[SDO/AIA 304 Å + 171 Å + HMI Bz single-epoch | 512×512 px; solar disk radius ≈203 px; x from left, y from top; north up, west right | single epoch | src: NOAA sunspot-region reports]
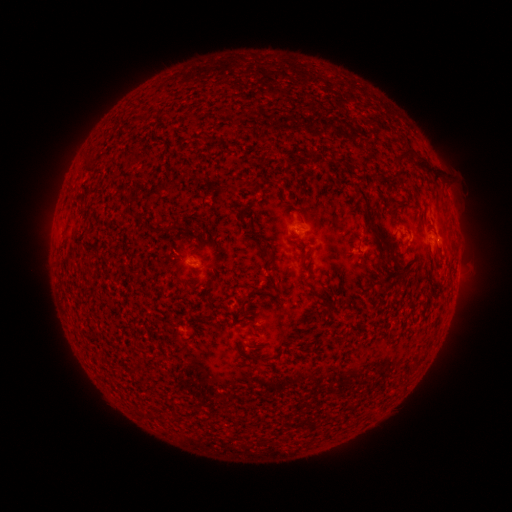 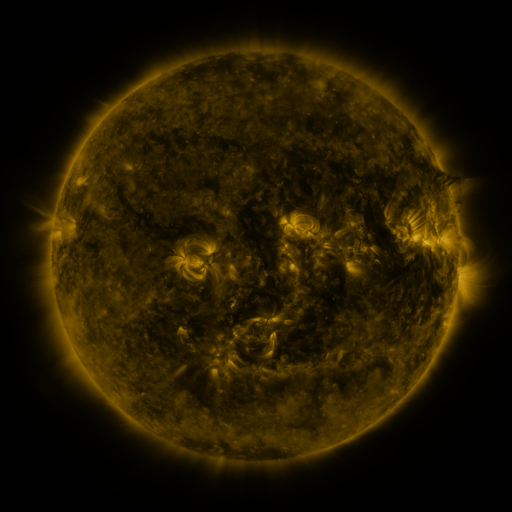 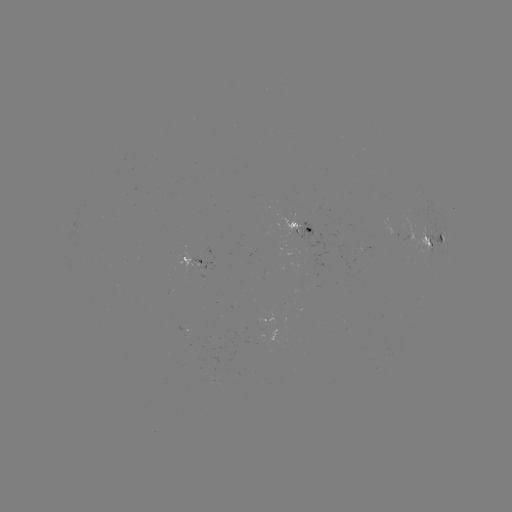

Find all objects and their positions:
spotted active region: (300, 231)
spotted active region: (411, 233)
spotted active region: (437, 239)
spotted active region: (193, 262)
